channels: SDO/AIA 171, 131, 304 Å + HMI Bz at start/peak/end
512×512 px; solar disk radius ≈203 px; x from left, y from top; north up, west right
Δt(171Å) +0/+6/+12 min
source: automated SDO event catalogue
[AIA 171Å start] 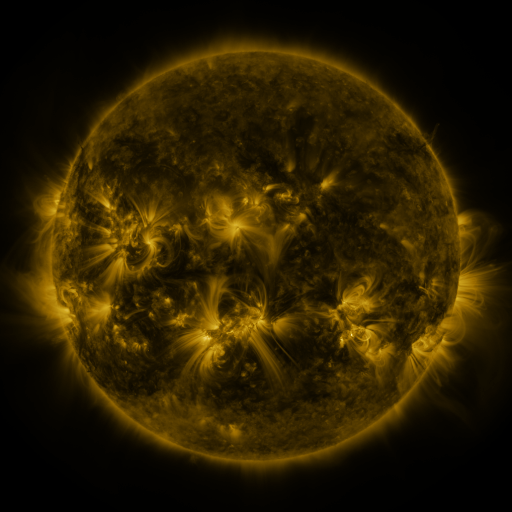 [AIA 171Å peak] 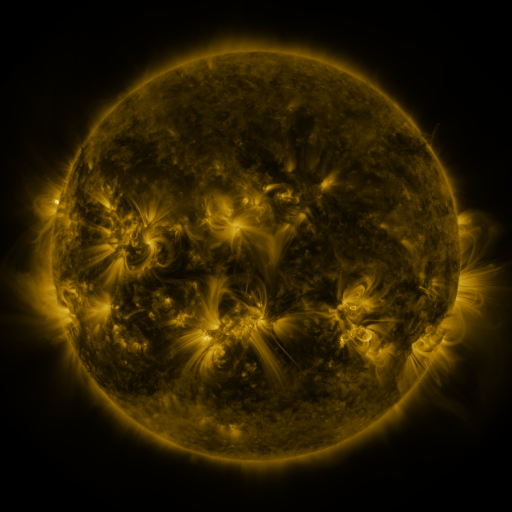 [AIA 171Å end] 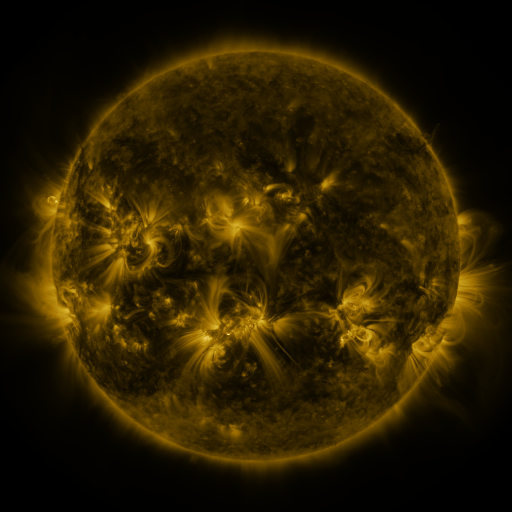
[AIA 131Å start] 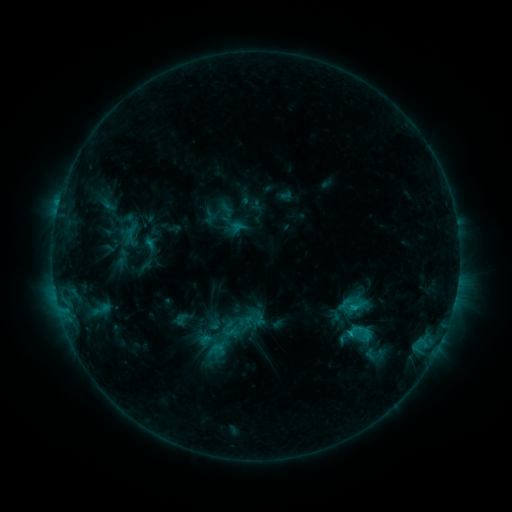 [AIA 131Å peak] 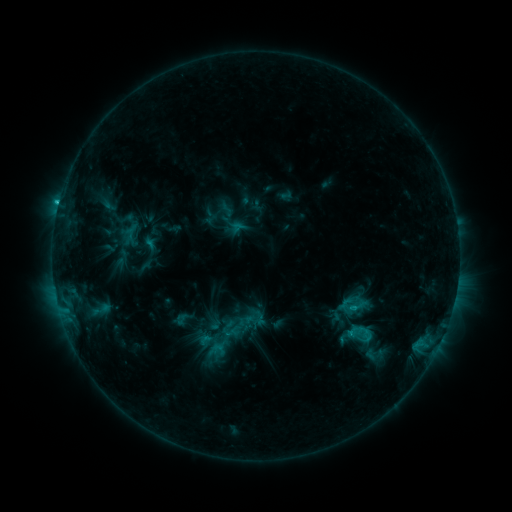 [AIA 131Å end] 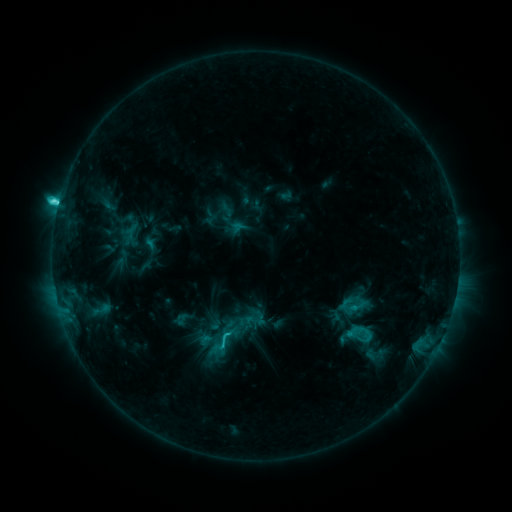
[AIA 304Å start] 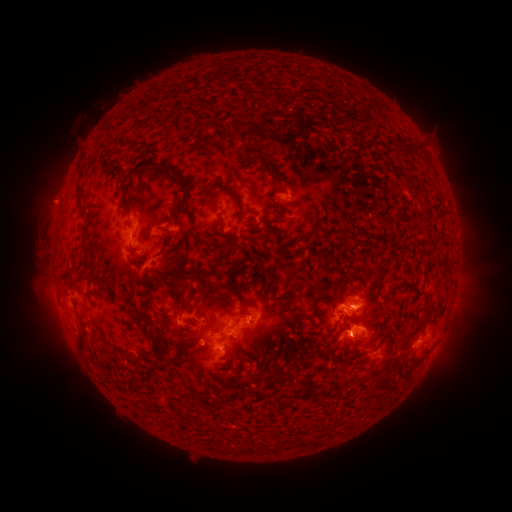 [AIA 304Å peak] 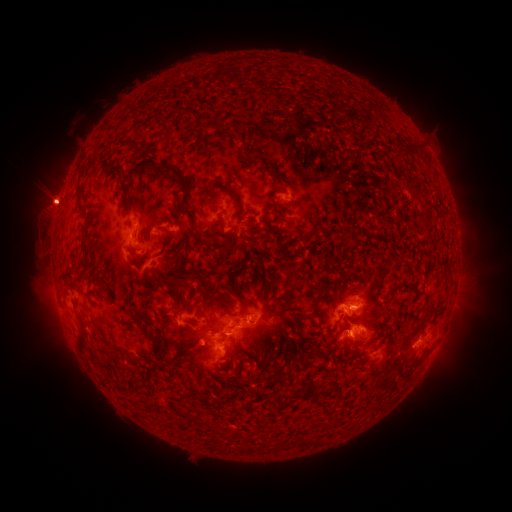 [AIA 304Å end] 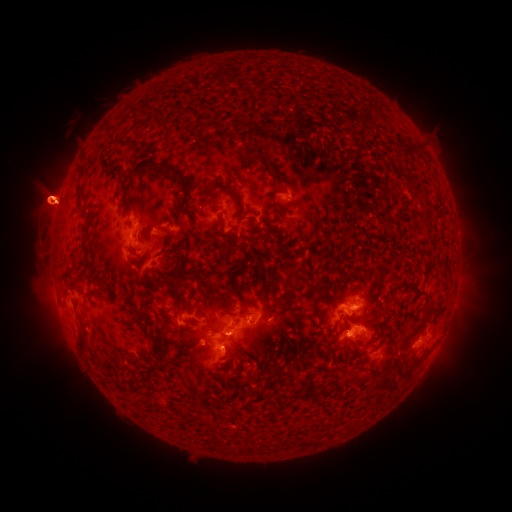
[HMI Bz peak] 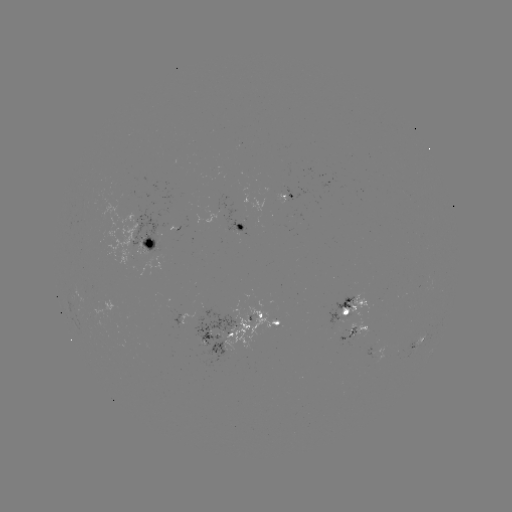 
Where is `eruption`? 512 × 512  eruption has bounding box [16, 138, 81, 257].